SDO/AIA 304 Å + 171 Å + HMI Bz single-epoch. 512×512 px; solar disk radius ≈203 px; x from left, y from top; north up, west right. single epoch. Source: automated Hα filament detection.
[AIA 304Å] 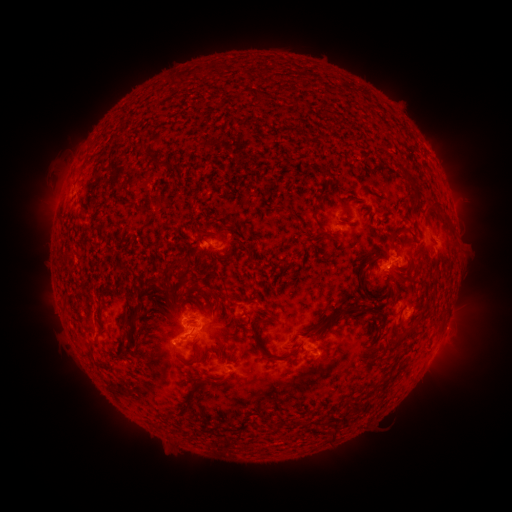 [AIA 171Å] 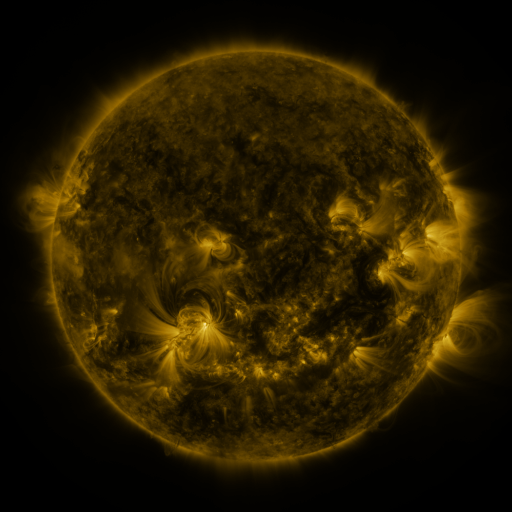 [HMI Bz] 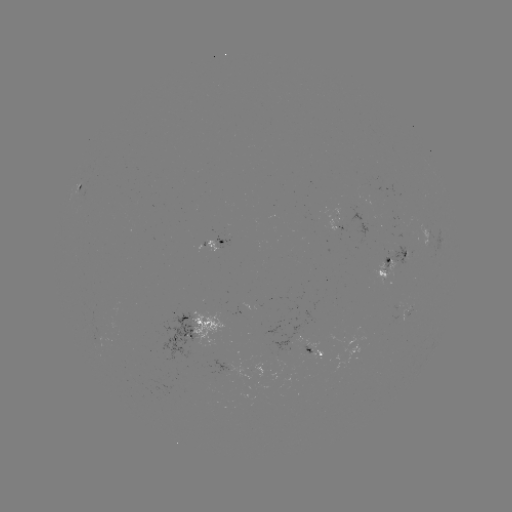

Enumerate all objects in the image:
filament: (257, 92, 265, 100)
filament: (290, 96, 300, 106)
filament: (143, 149, 171, 170)
filament: (77, 163, 86, 176)
filament: (397, 169, 419, 202)
filament: (314, 185, 325, 201)
filament: (339, 201, 353, 218)
filament: (136, 205, 152, 226)
filament: (288, 211, 301, 221)
filament: (338, 213, 348, 225)
filament: (319, 228, 337, 239)
filament: (248, 232, 257, 252)
filament: (360, 256, 375, 267)
filament: (192, 285, 204, 293)
filament: (161, 289, 175, 303)
filament: (183, 296, 194, 302)
filament: (338, 302, 380, 316)
filament: (420, 307, 429, 319)
filament: (131, 308, 144, 322)
filament: (266, 309, 281, 321)
filament: (233, 314, 241, 325)
filament: (252, 320, 301, 359)
filament: (306, 321, 329, 338)
filament: (400, 321, 418, 337)
filament: (87, 337, 100, 359)
filament: (121, 342, 134, 353)
filament: (193, 348, 200, 360)
filament: (195, 380, 208, 389)
filament: (350, 398, 365, 413)
filament: (332, 421, 341, 437)
filament: (195, 425, 217, 437)
